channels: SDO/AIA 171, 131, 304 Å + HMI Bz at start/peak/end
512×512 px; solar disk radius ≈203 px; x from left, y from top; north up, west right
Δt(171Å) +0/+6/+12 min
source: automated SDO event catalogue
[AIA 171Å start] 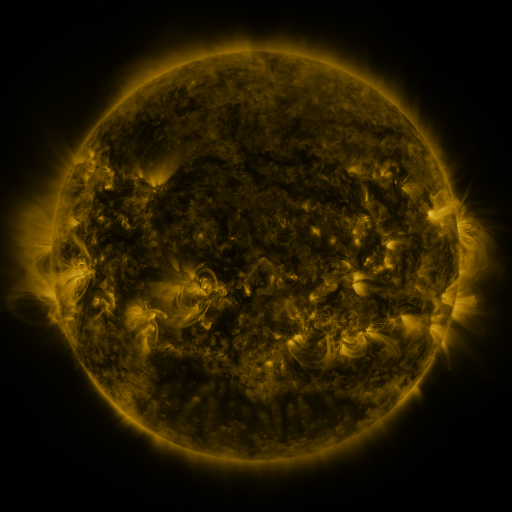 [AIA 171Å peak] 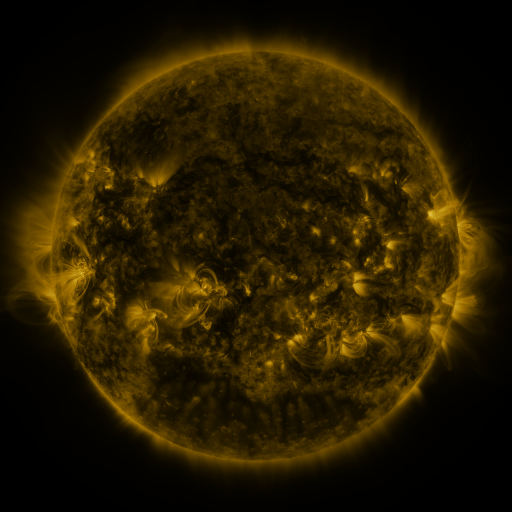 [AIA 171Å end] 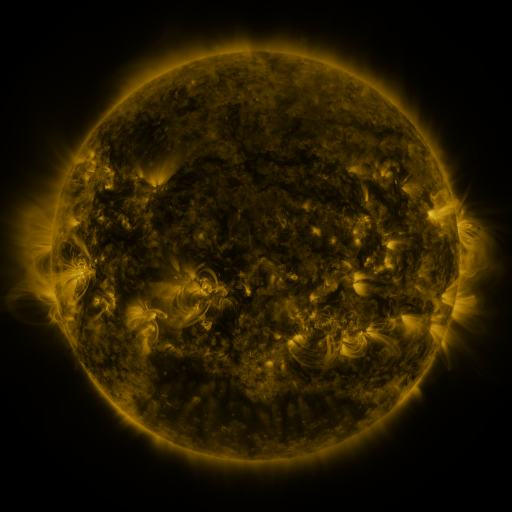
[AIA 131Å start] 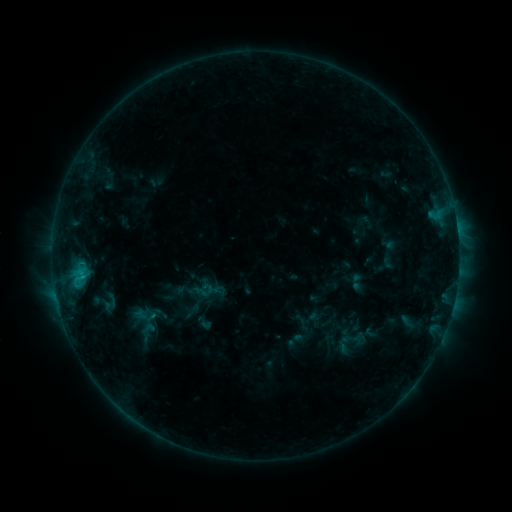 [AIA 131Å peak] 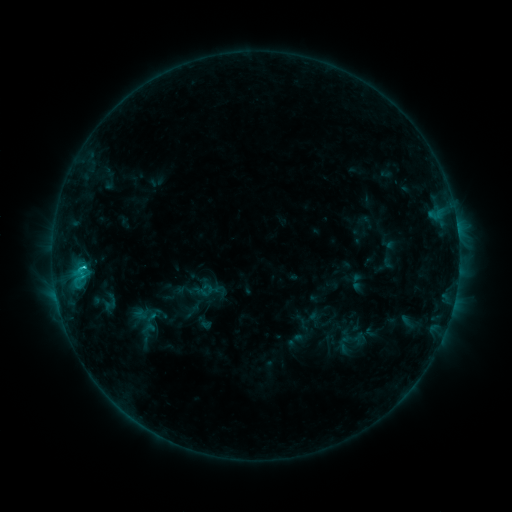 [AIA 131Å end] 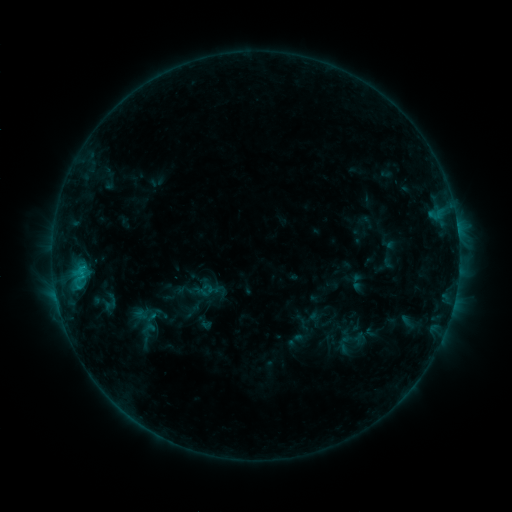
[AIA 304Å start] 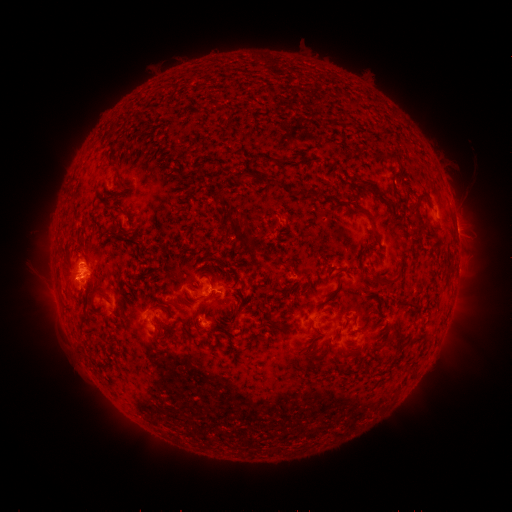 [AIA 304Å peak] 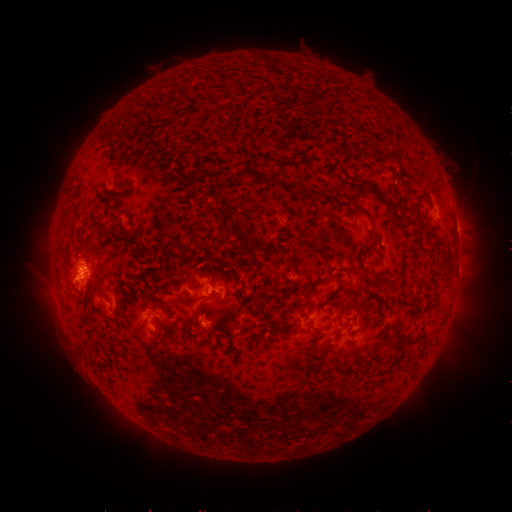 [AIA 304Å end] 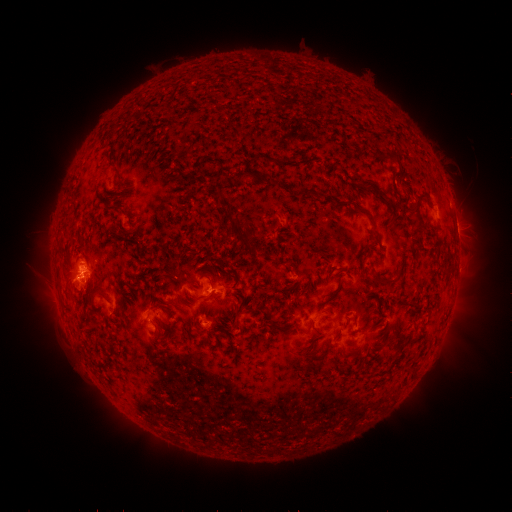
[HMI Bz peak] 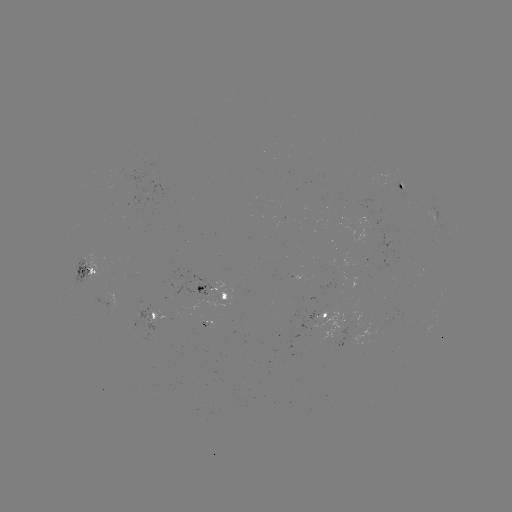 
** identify C1.4 flare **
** [85, 264] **